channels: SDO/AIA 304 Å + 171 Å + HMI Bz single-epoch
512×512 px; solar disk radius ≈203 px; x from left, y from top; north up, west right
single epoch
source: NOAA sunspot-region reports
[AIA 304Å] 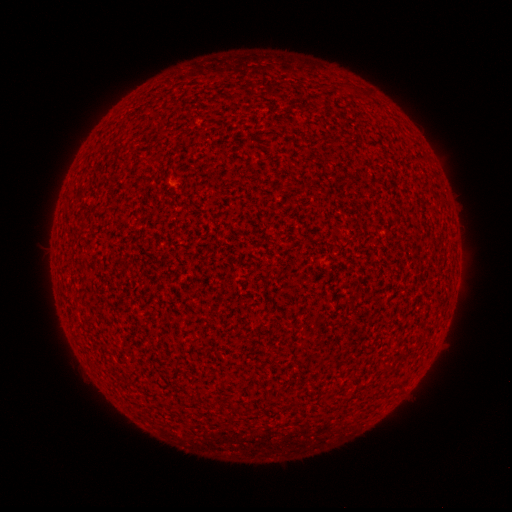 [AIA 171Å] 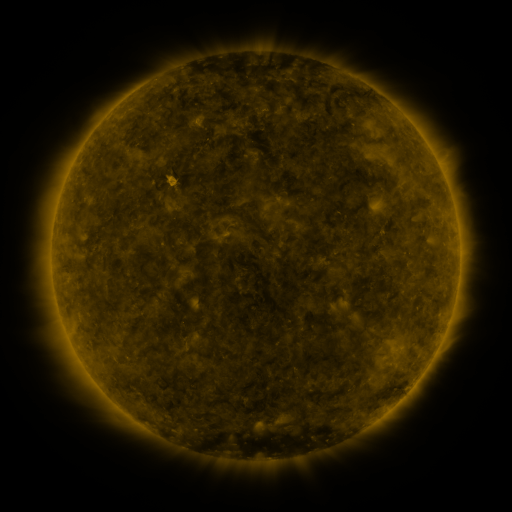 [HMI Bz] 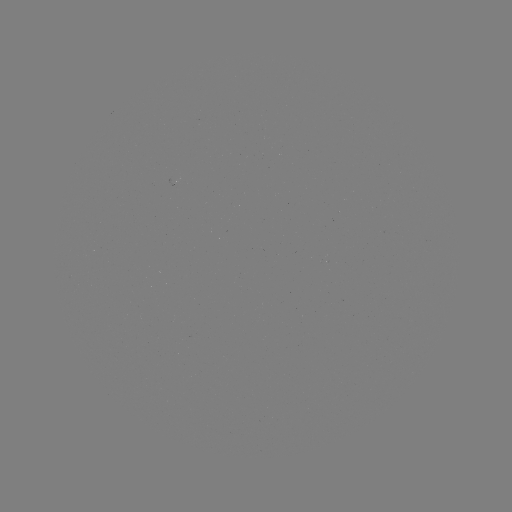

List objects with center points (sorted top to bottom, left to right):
(none)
